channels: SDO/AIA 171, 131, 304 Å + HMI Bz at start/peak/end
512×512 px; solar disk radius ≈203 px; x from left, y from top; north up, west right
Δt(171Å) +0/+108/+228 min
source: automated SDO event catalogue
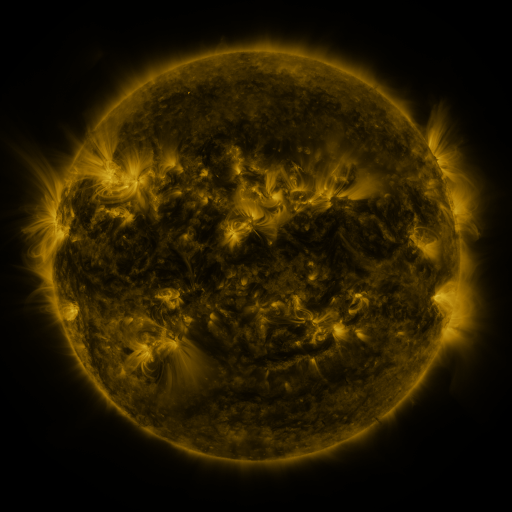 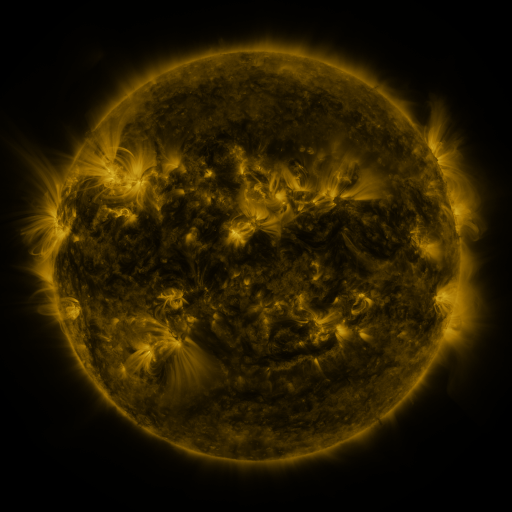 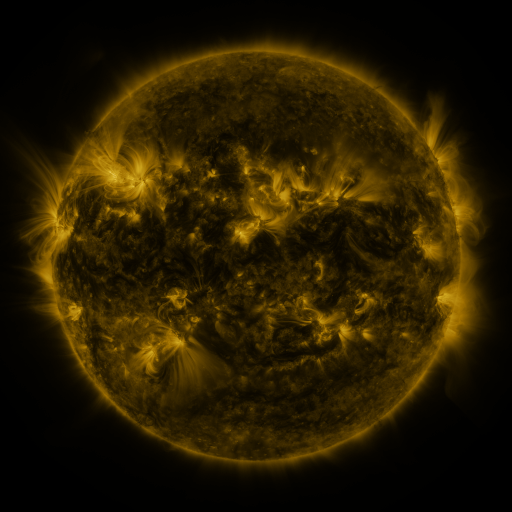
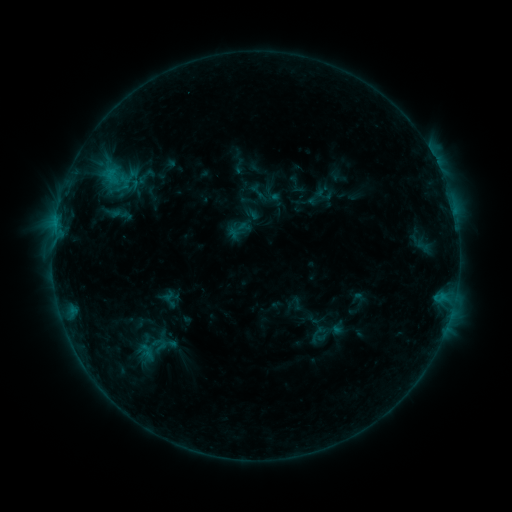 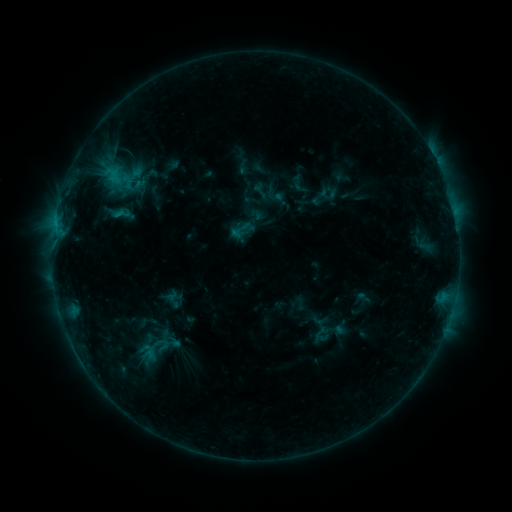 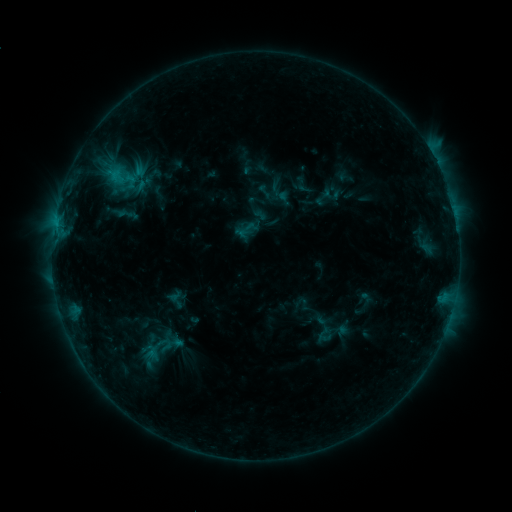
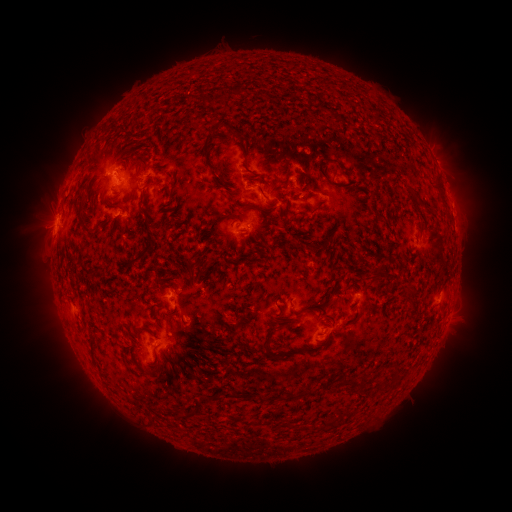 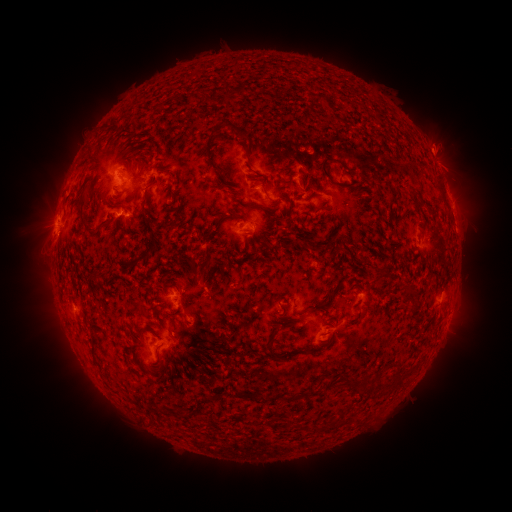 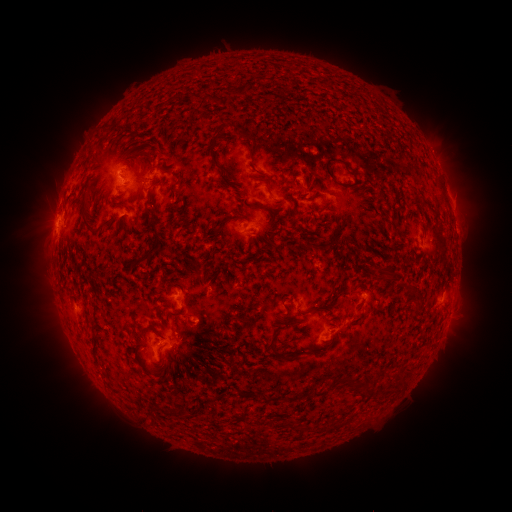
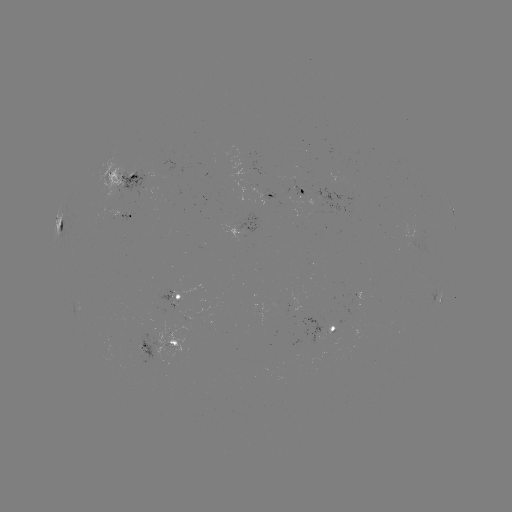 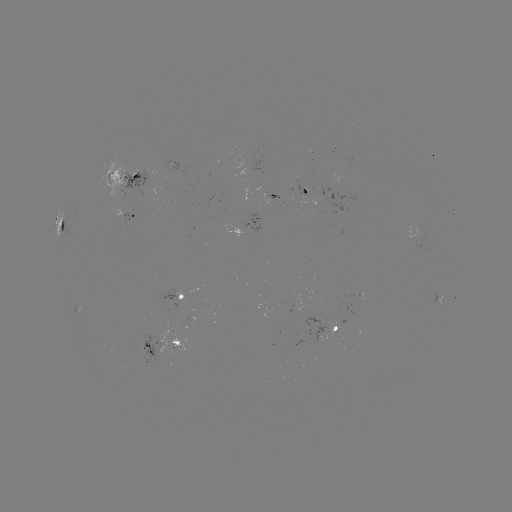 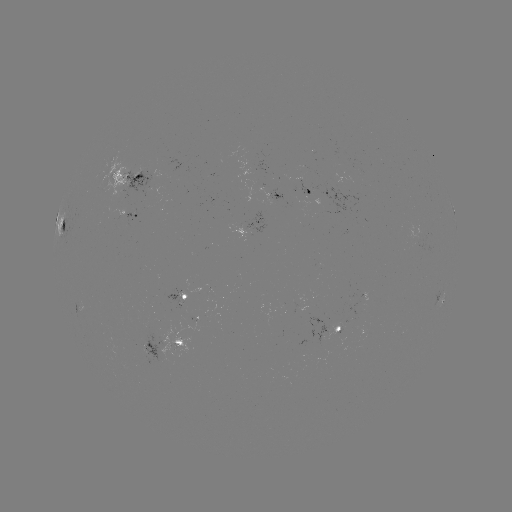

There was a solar filament eruption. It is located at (324, 102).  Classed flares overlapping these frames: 2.